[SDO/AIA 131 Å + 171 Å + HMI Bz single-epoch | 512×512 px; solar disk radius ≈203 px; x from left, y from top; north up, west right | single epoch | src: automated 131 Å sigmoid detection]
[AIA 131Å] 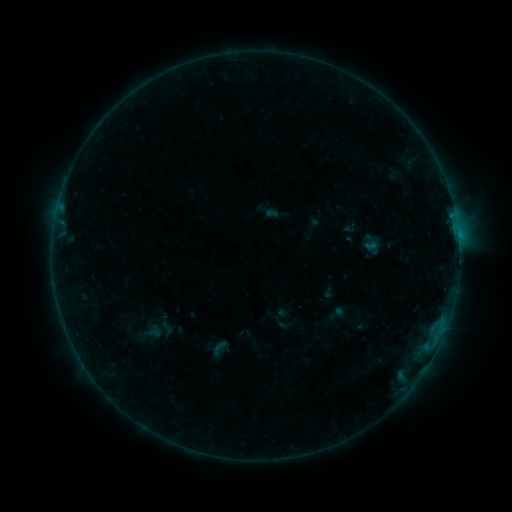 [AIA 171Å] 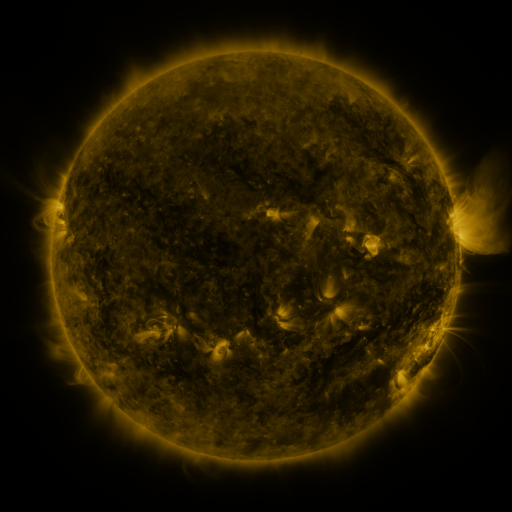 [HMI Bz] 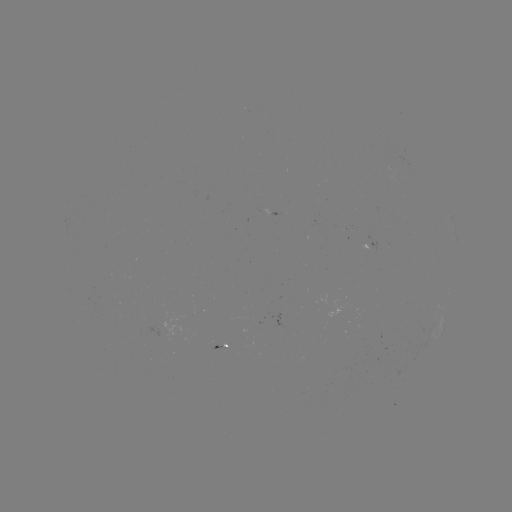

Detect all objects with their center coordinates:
sigmoid: [208, 339, 229, 358]
